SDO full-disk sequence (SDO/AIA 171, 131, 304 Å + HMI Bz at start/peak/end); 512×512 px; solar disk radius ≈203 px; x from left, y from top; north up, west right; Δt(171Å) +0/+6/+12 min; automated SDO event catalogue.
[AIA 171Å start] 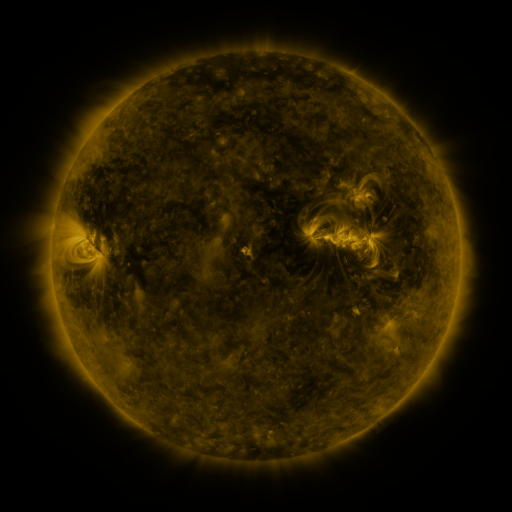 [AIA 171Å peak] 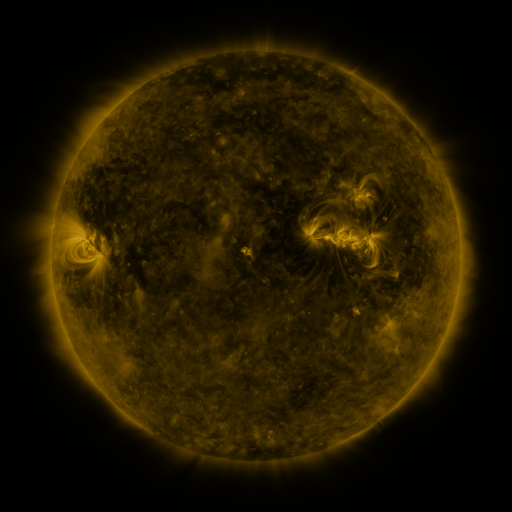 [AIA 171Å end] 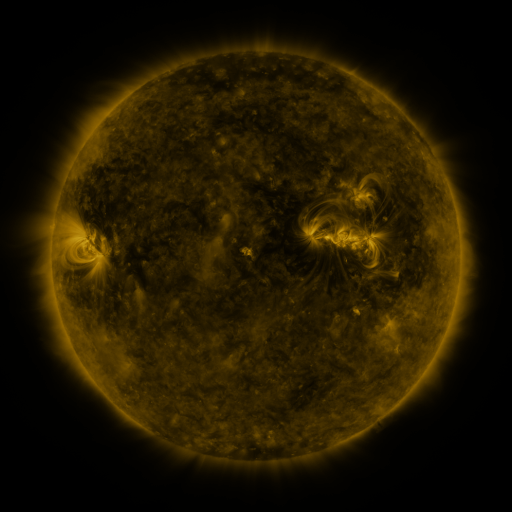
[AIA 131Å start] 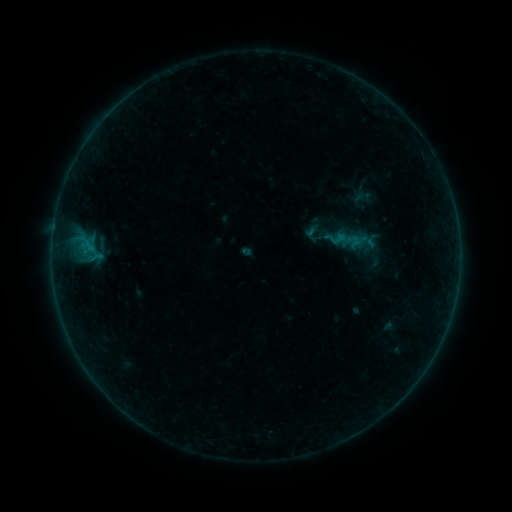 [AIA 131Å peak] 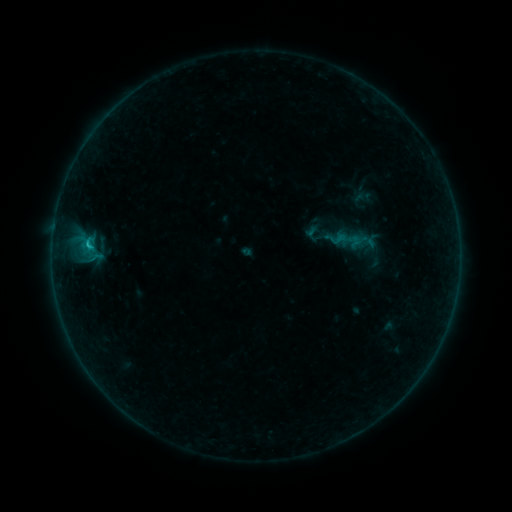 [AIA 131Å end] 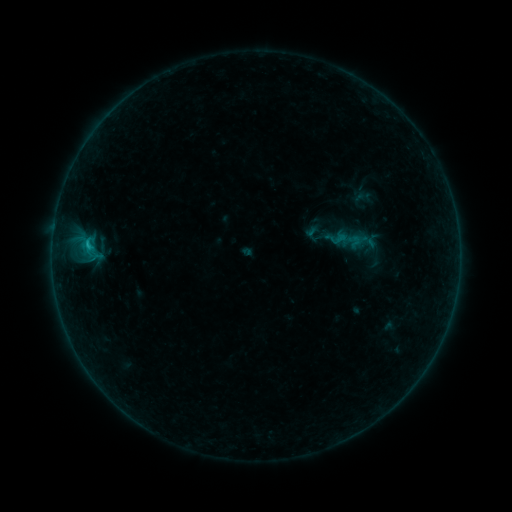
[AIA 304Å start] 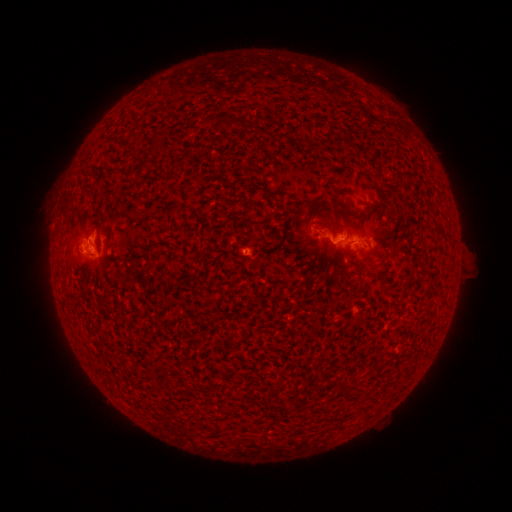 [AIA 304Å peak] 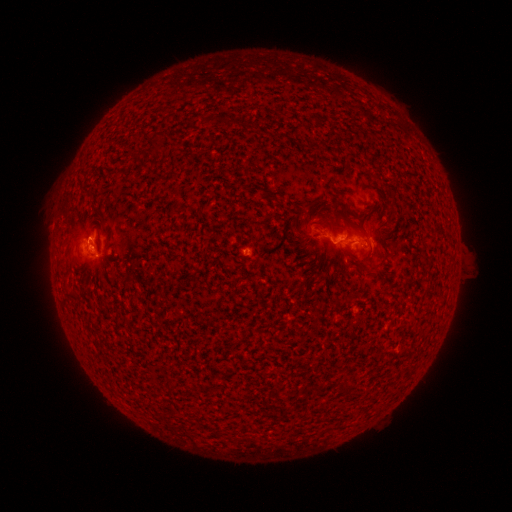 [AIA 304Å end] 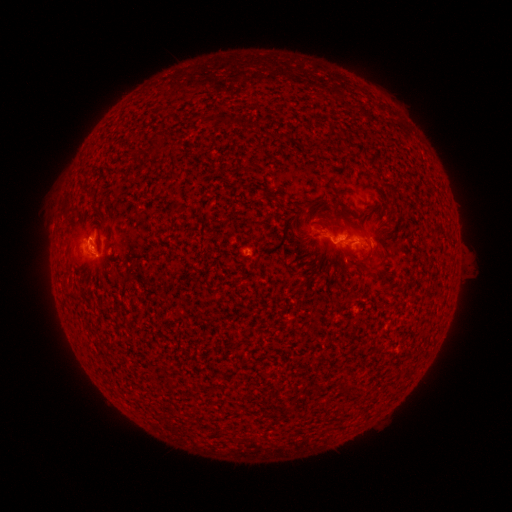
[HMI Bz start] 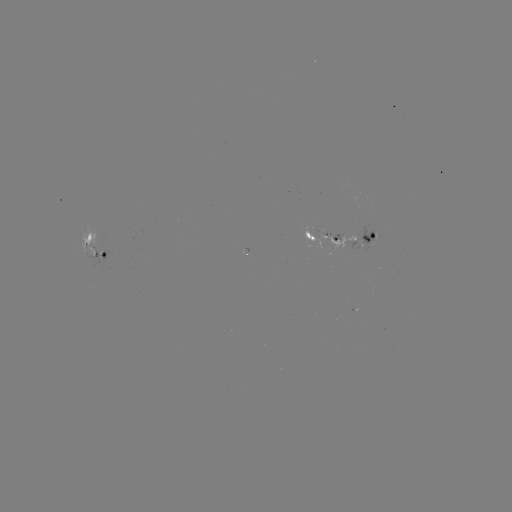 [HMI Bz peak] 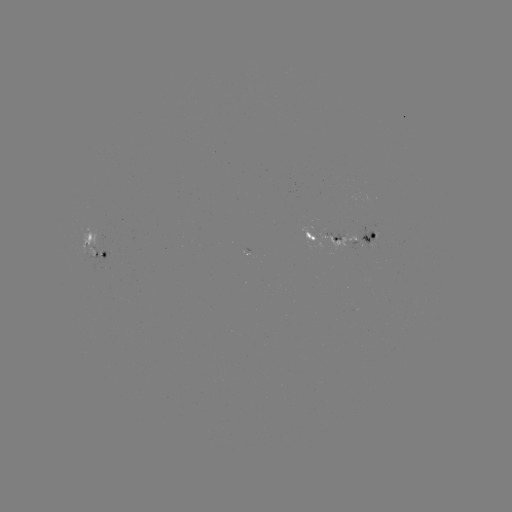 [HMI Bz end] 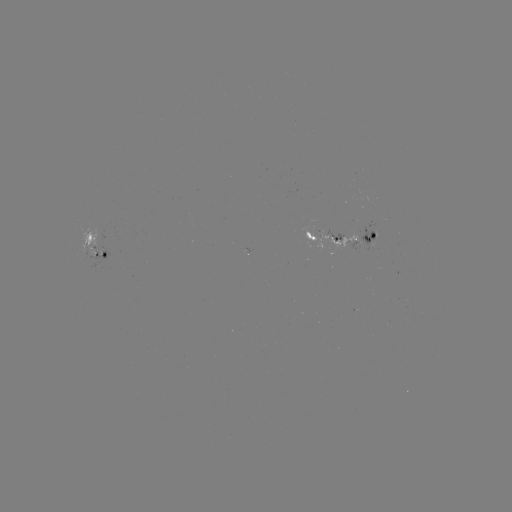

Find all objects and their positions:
B6.7 flare: (90, 245)
